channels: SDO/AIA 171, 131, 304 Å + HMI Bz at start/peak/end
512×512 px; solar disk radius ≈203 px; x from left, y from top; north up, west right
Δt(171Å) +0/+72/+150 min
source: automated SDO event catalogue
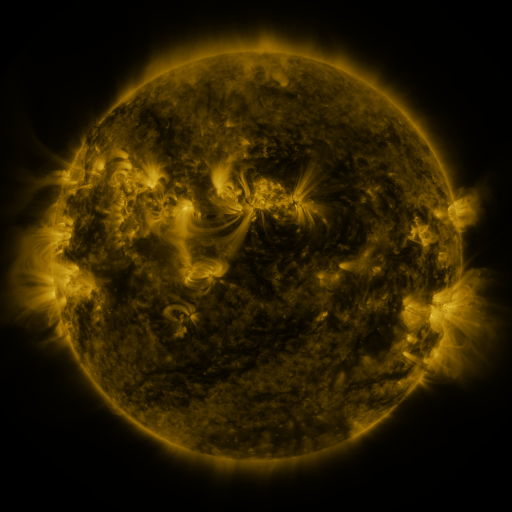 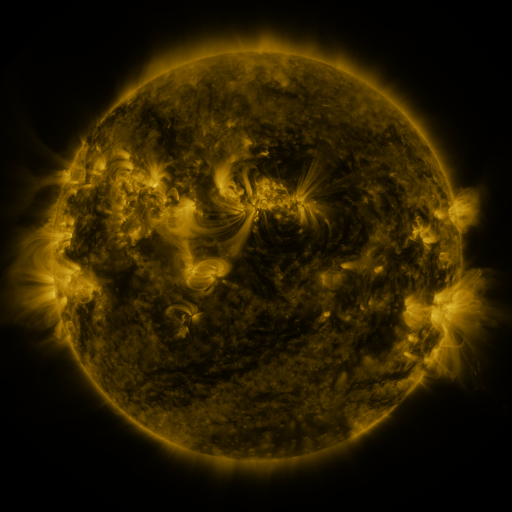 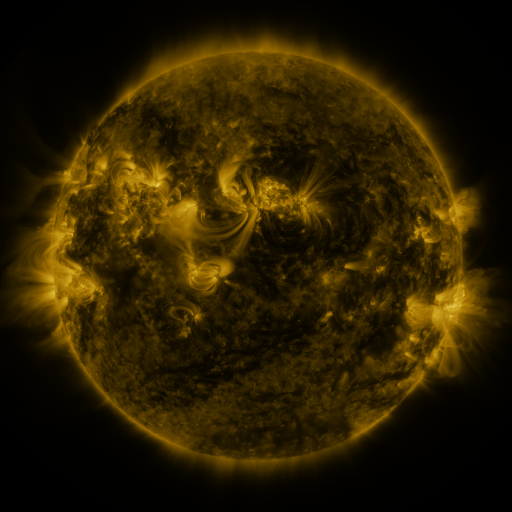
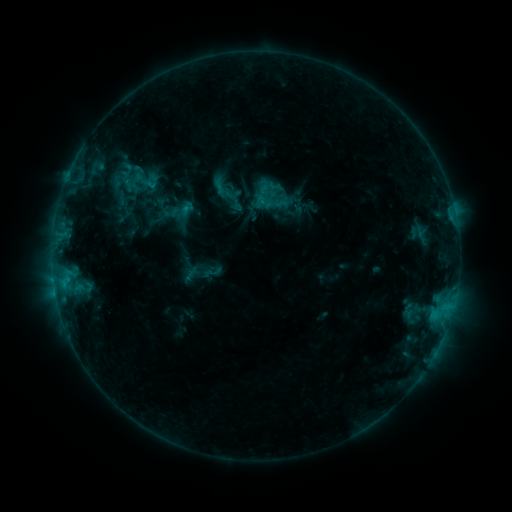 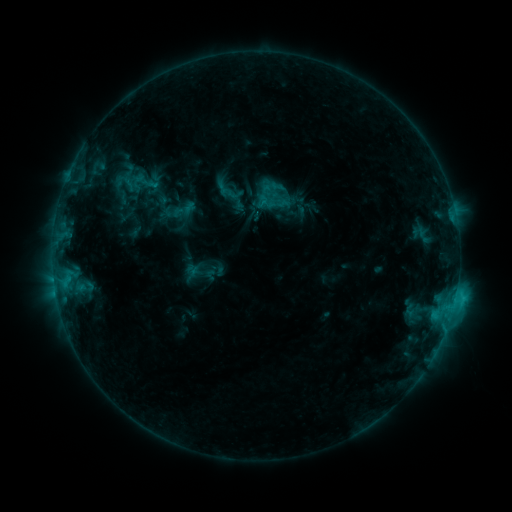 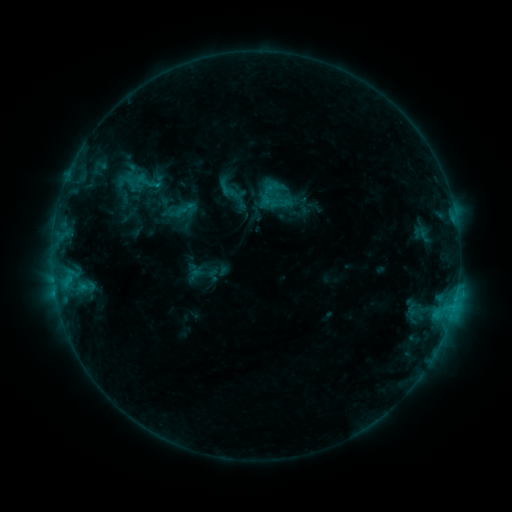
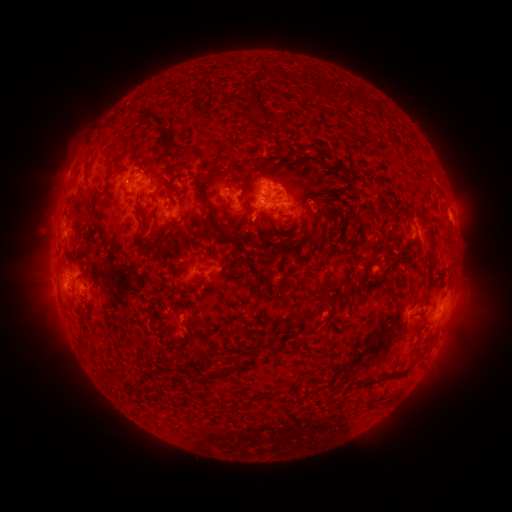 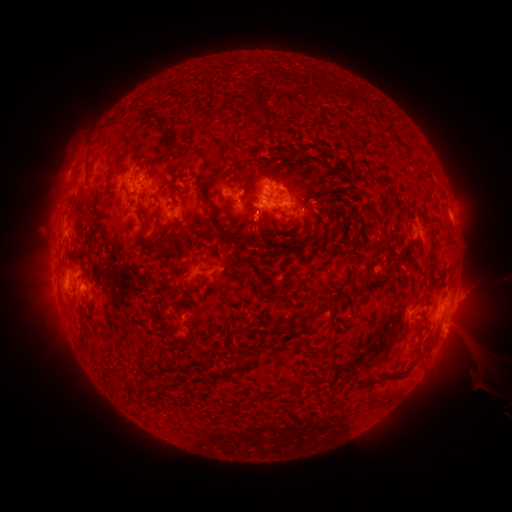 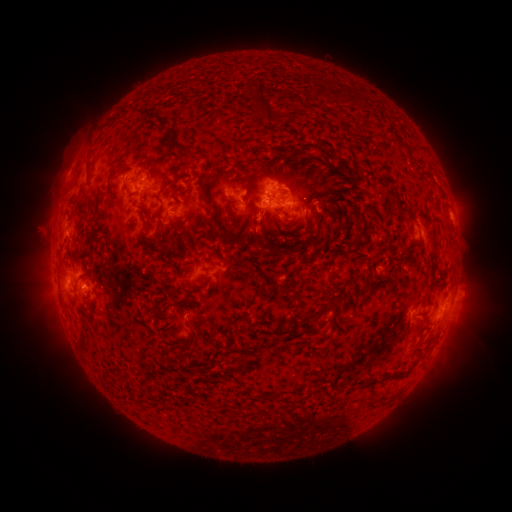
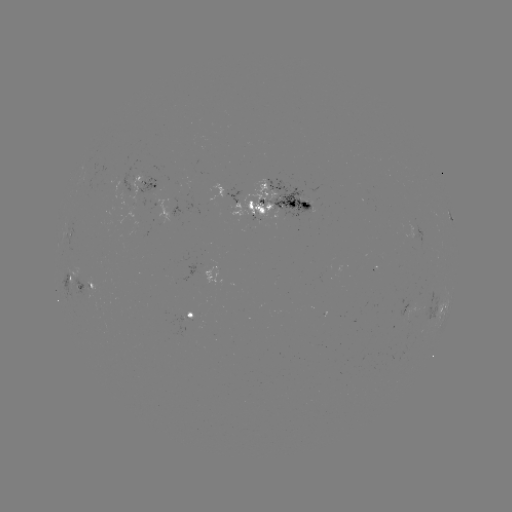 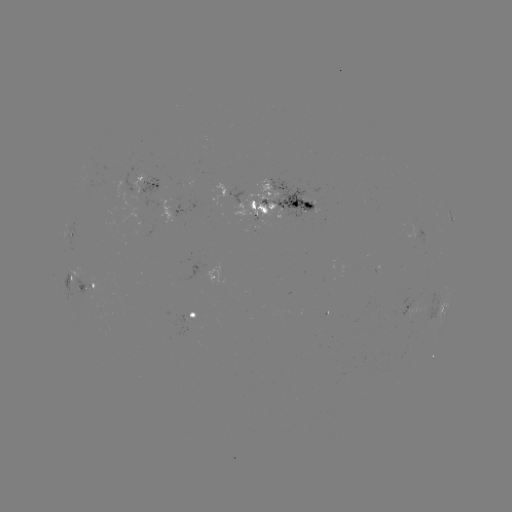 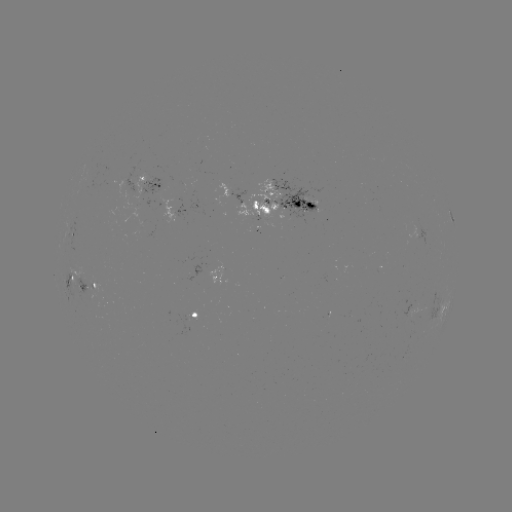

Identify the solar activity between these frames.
filament eruption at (474, 314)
